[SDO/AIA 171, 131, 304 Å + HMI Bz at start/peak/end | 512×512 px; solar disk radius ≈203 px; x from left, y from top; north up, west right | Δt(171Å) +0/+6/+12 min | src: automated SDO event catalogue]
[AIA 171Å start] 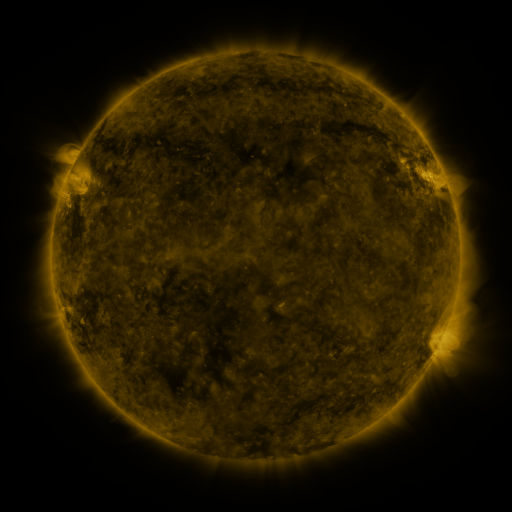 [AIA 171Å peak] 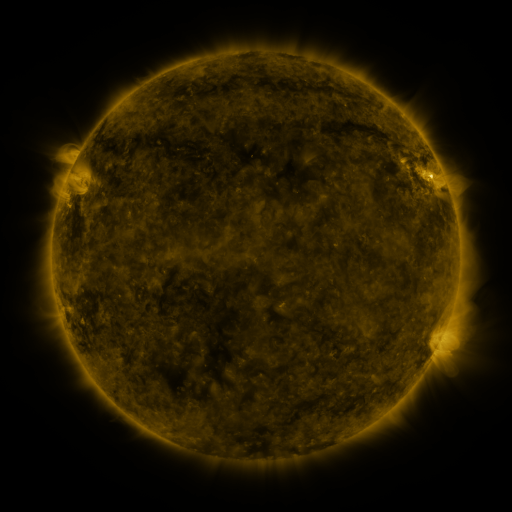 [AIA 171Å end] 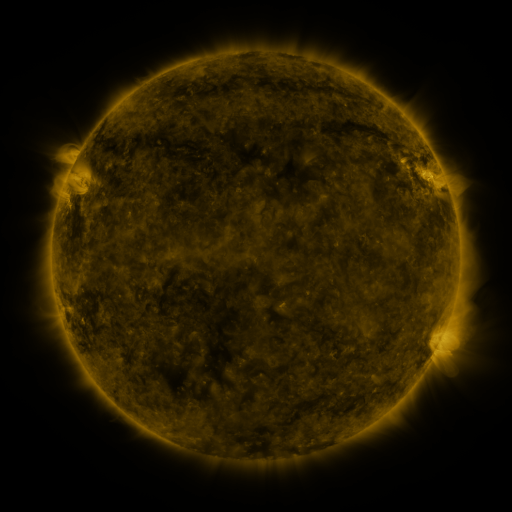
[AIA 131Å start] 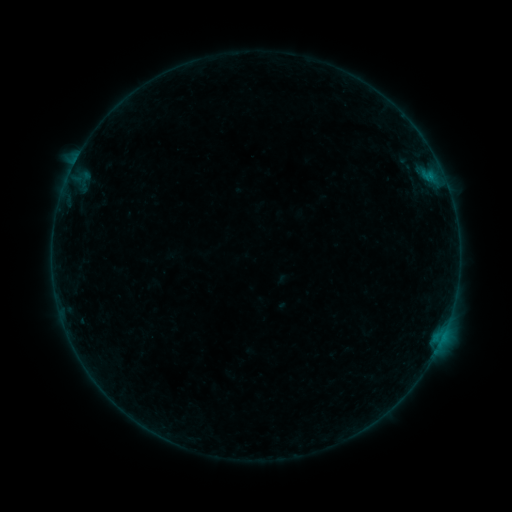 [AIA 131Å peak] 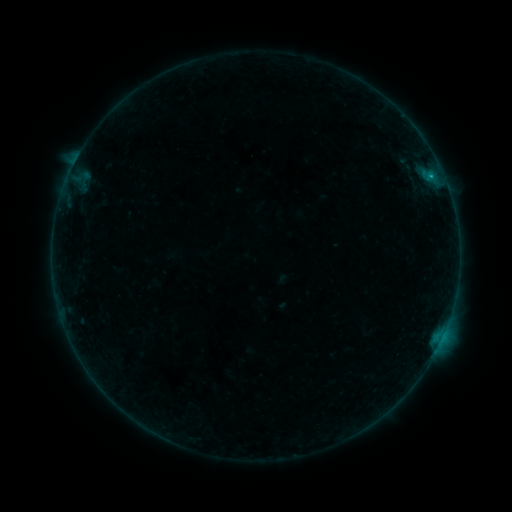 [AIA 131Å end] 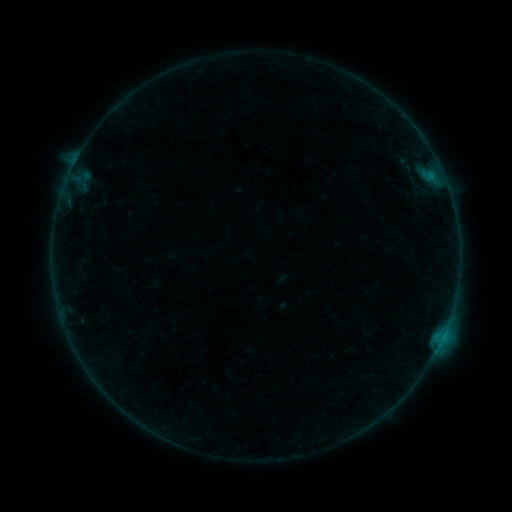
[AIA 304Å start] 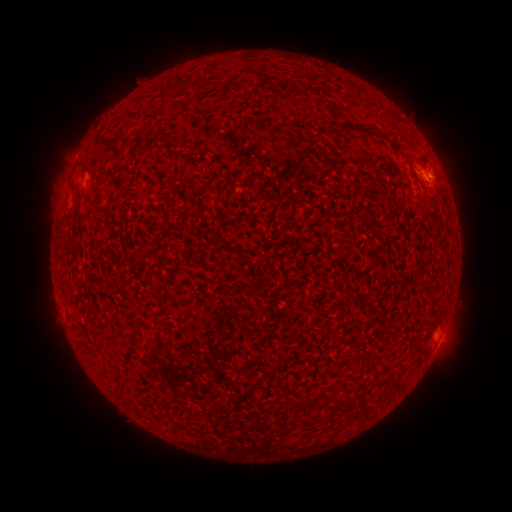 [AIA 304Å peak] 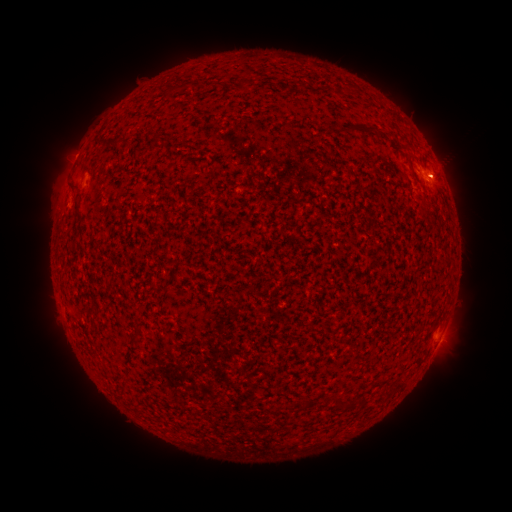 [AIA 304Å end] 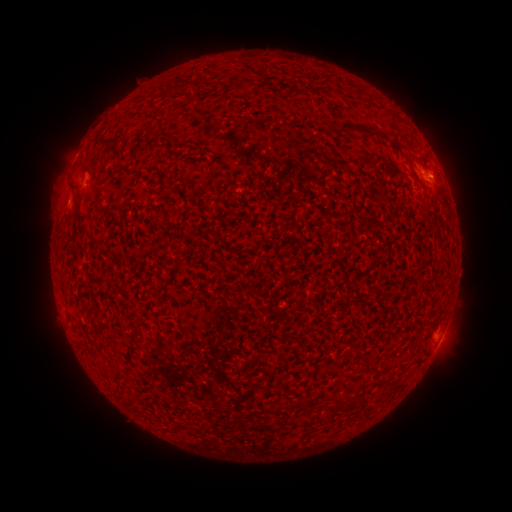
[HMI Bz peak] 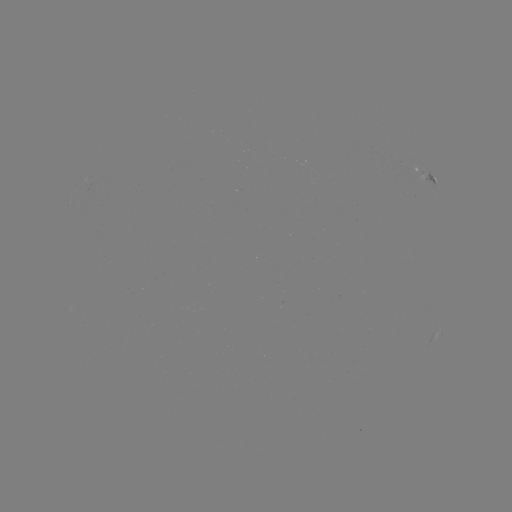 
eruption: <bbox>419, 144, 474, 201</bbox>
